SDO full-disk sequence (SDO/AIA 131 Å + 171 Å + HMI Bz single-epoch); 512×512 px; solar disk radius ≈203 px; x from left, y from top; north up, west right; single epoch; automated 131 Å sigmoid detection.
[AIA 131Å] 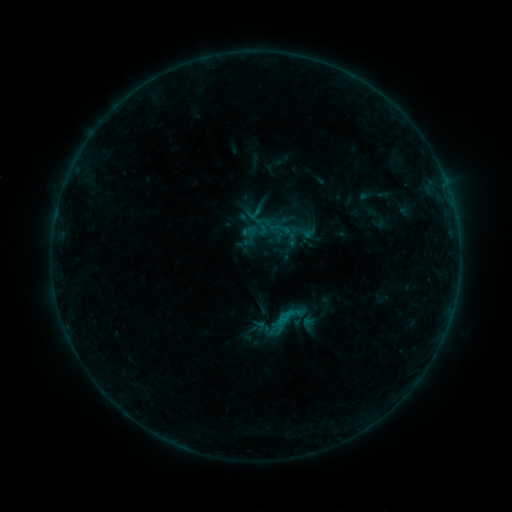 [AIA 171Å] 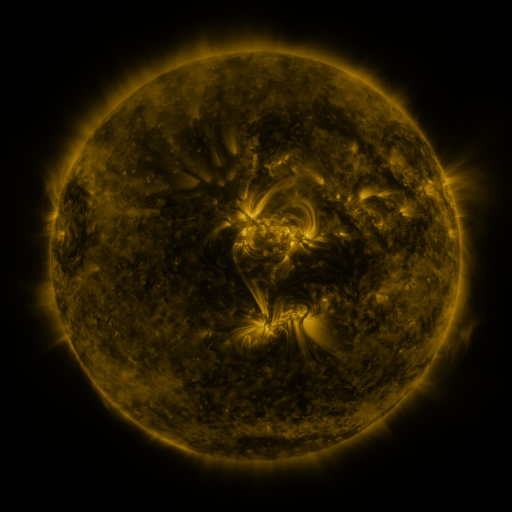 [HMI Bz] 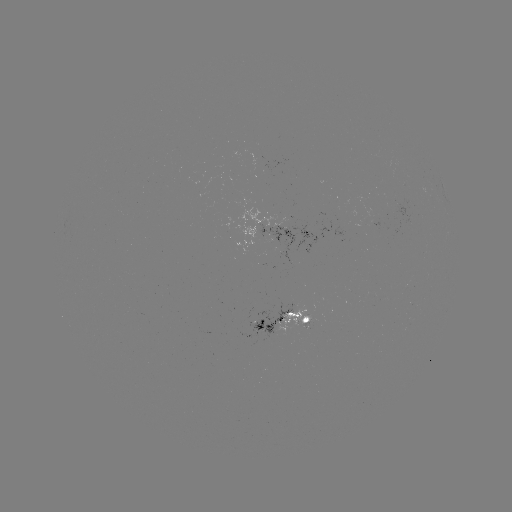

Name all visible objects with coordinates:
sigmoid: (262, 227)
sigmoid: (286, 320)
